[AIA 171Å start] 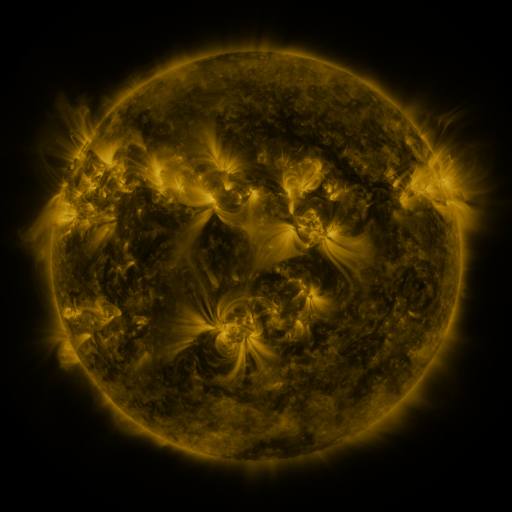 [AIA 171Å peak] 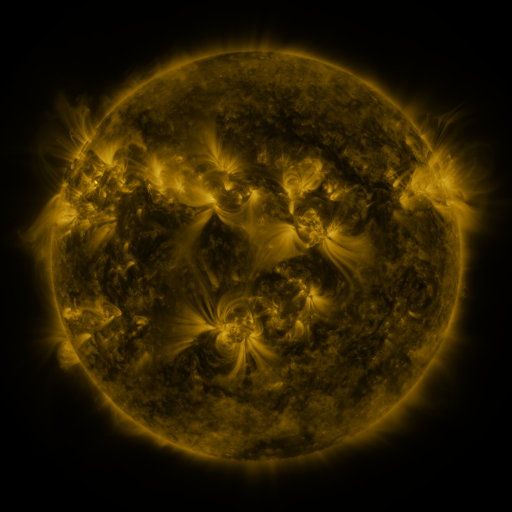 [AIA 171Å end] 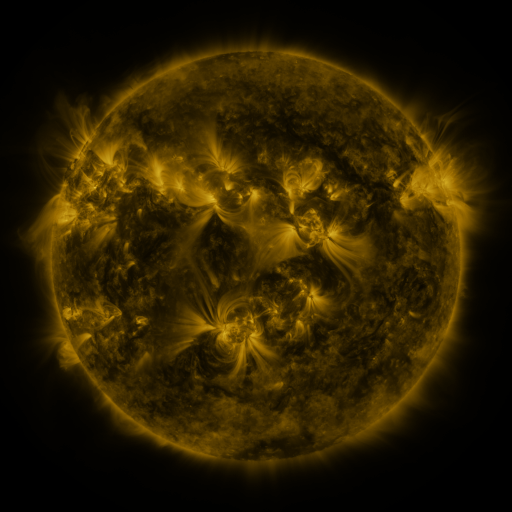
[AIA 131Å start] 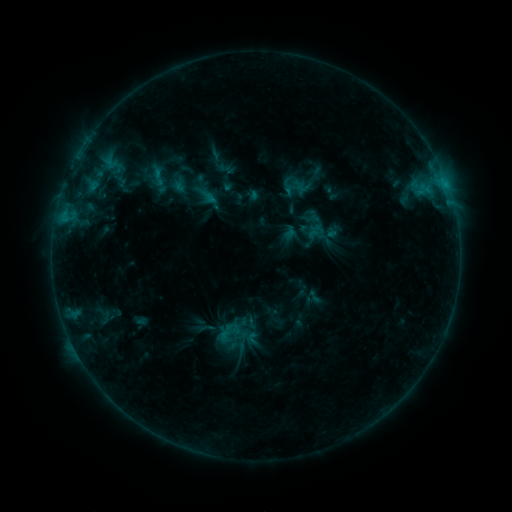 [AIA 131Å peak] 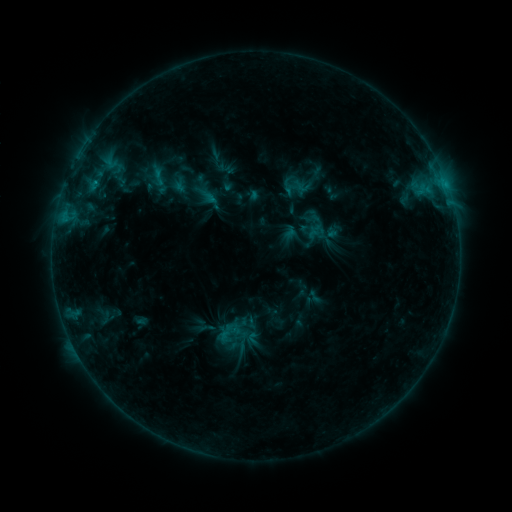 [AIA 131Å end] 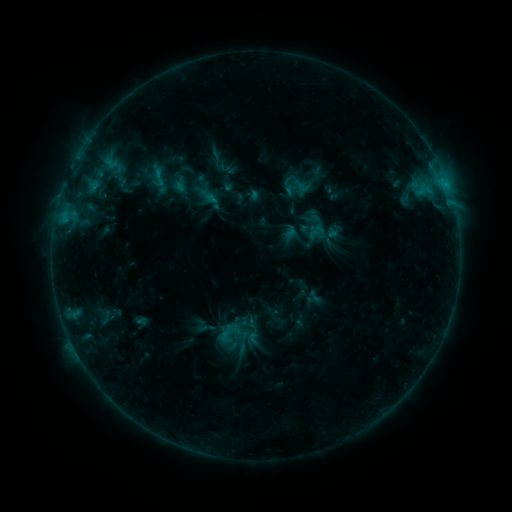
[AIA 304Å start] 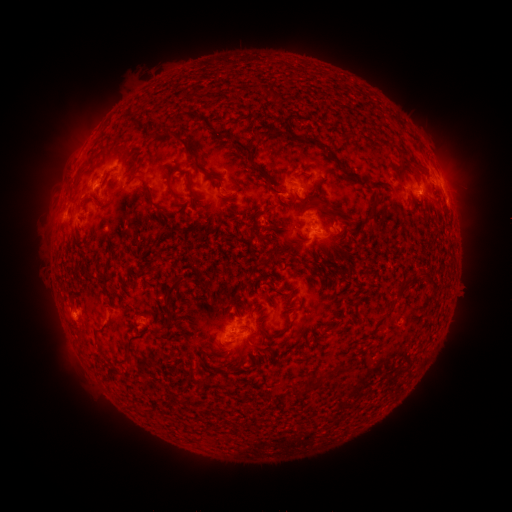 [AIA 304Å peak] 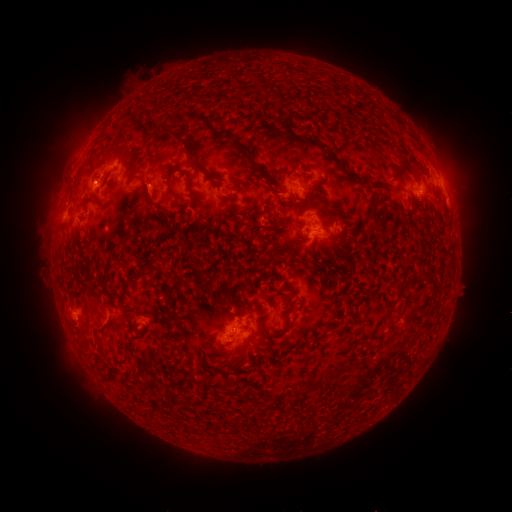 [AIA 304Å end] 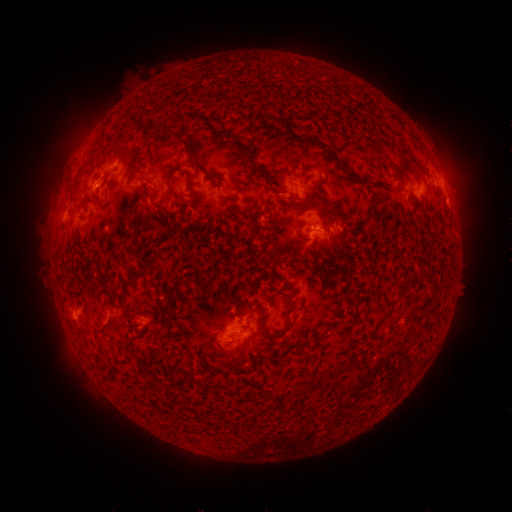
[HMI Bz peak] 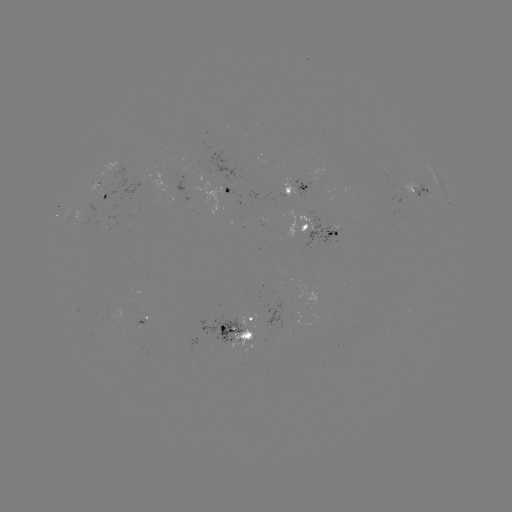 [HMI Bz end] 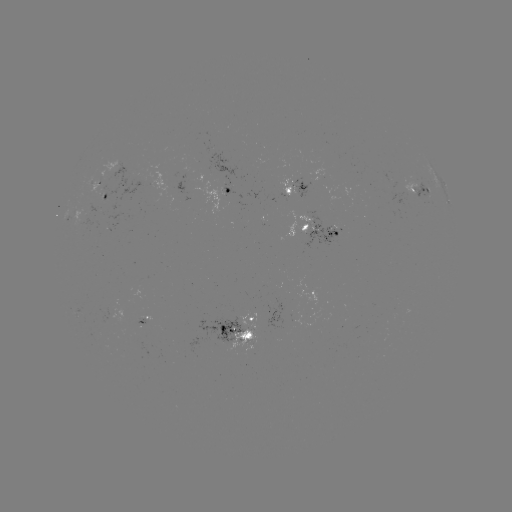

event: eruption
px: (148, 196)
